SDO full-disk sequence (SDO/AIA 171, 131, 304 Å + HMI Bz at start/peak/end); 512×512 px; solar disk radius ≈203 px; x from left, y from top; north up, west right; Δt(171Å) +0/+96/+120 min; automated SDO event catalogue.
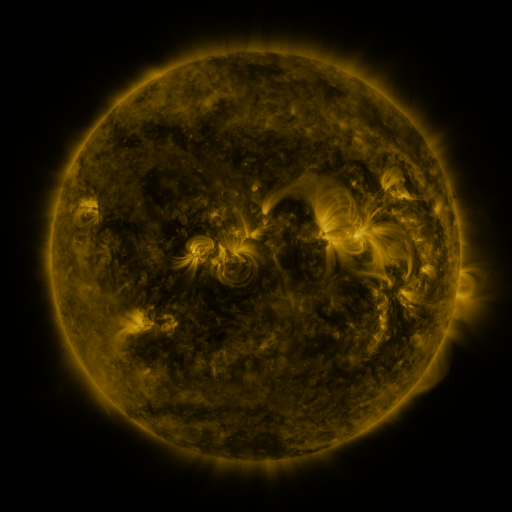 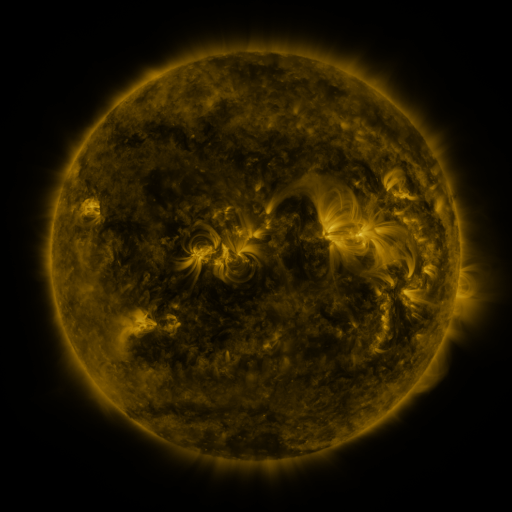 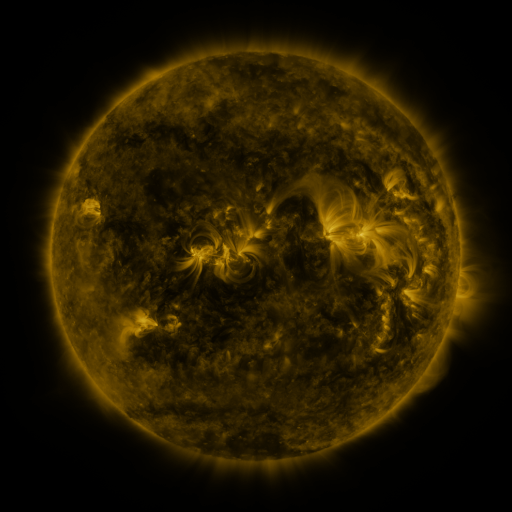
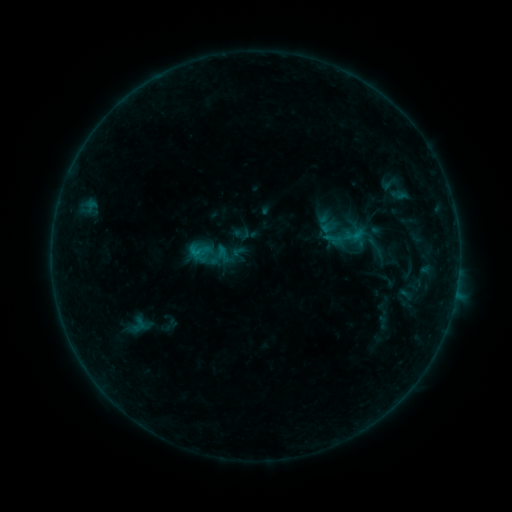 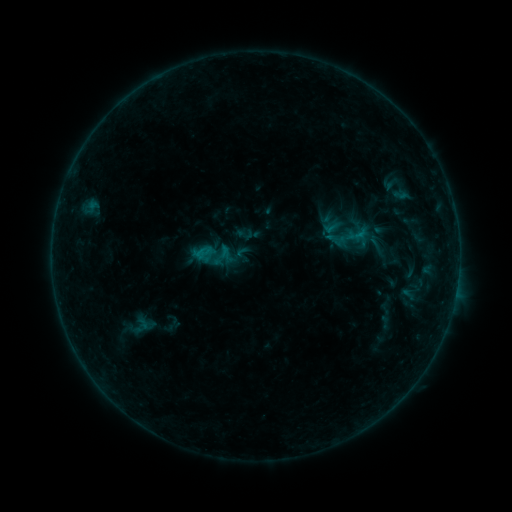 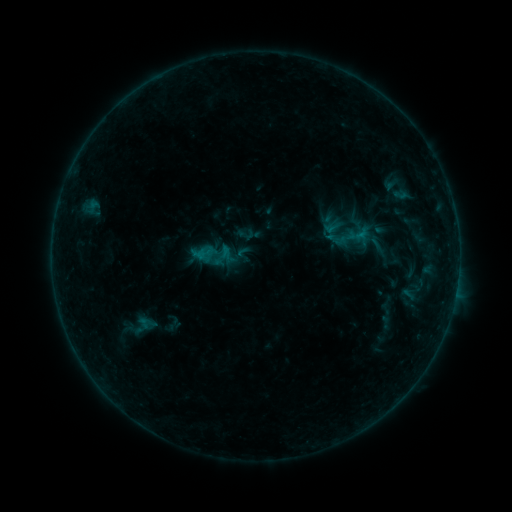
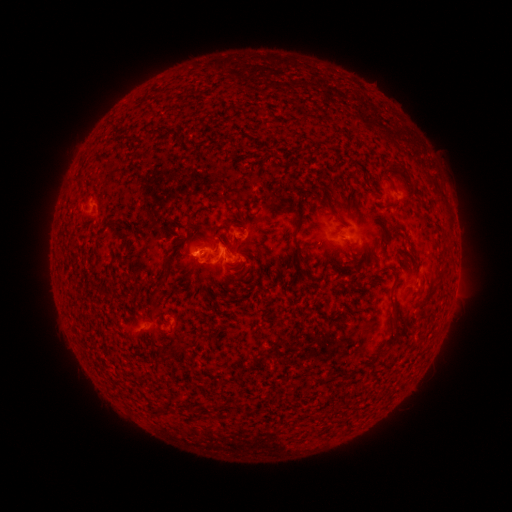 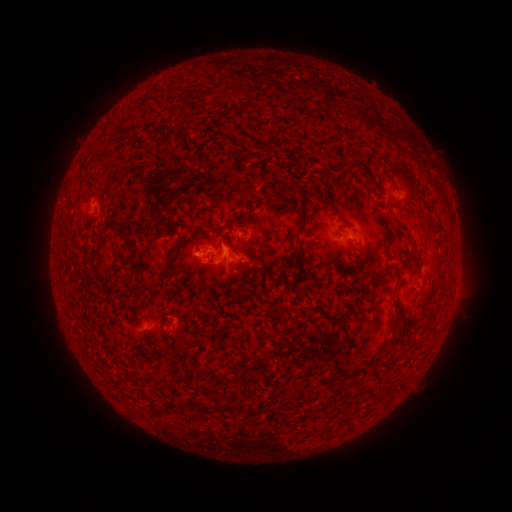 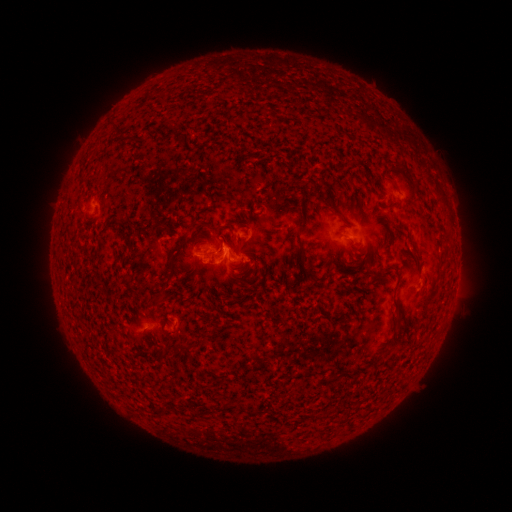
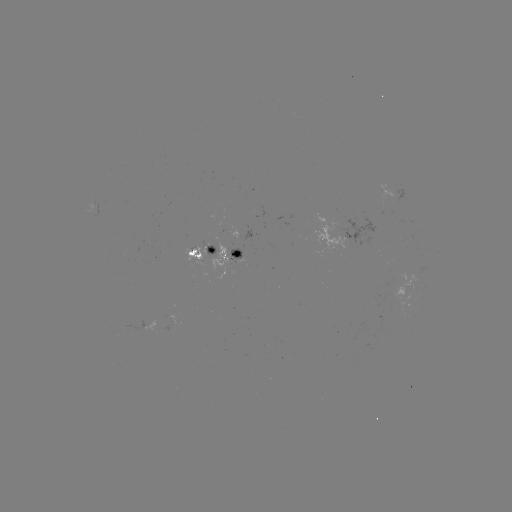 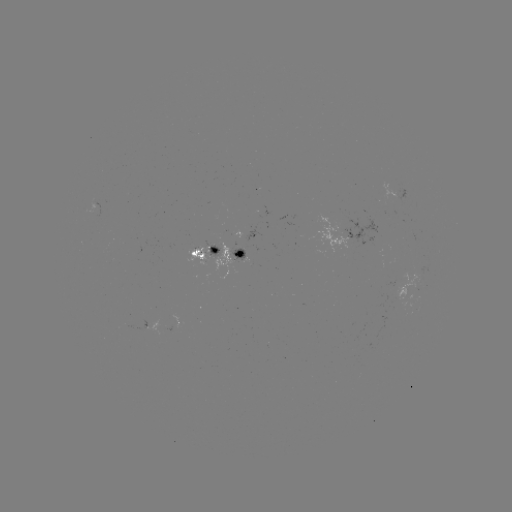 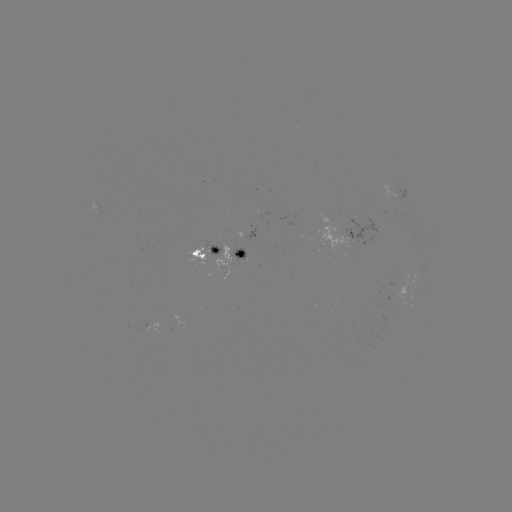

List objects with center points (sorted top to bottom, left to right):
emerging-flux region: (202, 255)
